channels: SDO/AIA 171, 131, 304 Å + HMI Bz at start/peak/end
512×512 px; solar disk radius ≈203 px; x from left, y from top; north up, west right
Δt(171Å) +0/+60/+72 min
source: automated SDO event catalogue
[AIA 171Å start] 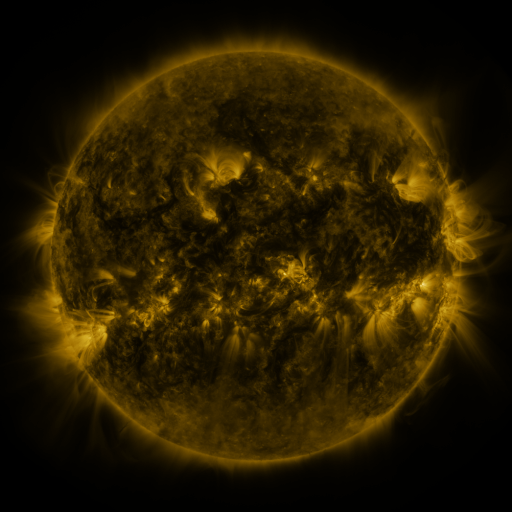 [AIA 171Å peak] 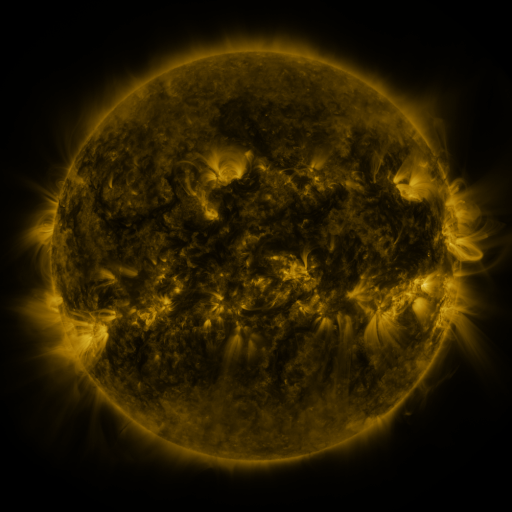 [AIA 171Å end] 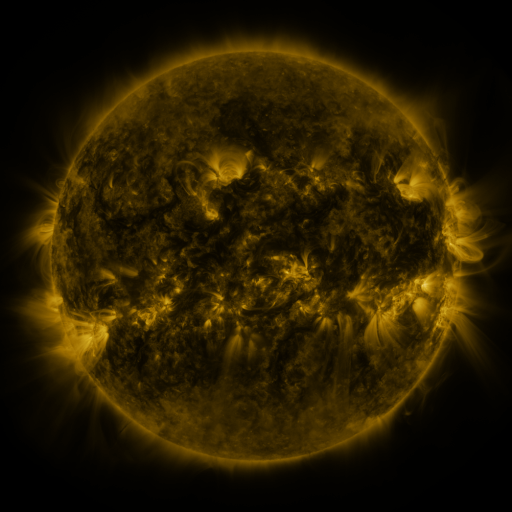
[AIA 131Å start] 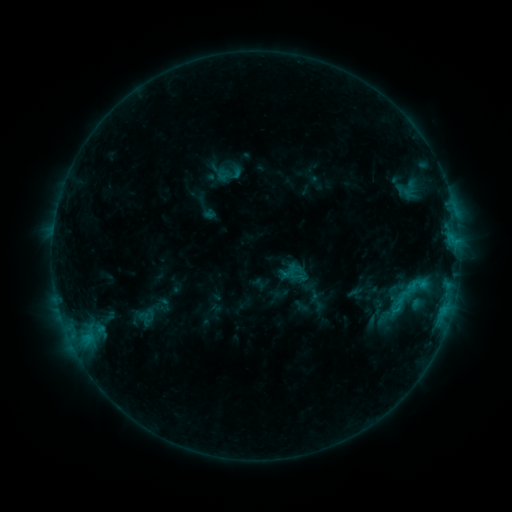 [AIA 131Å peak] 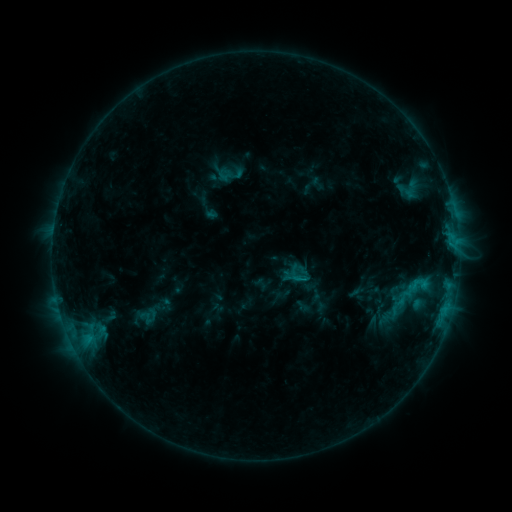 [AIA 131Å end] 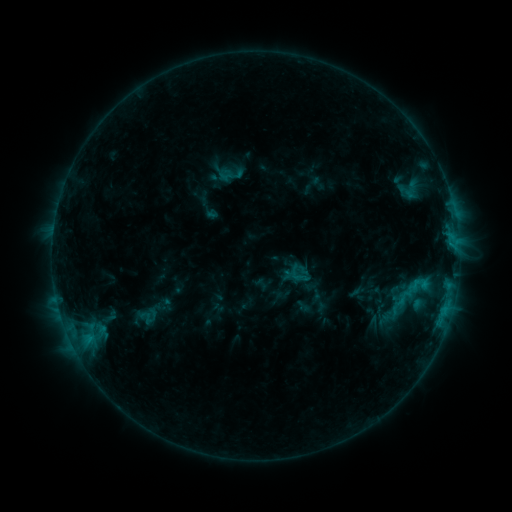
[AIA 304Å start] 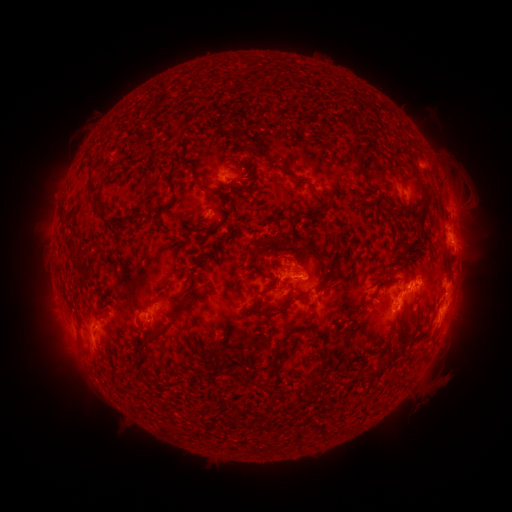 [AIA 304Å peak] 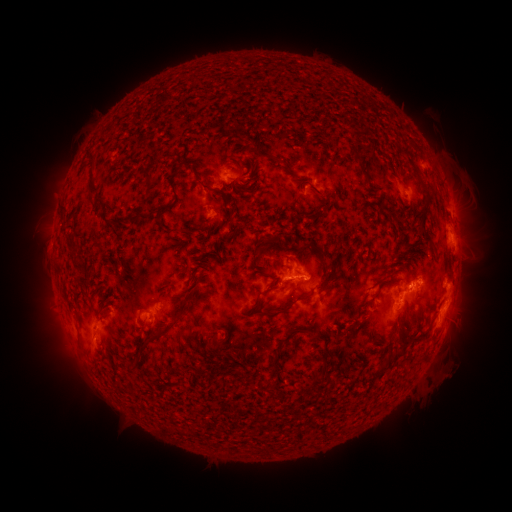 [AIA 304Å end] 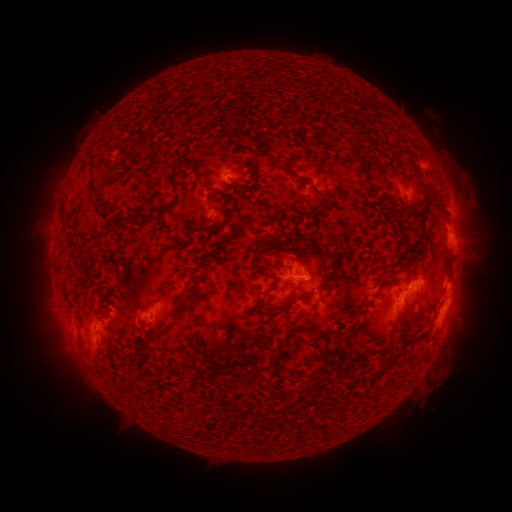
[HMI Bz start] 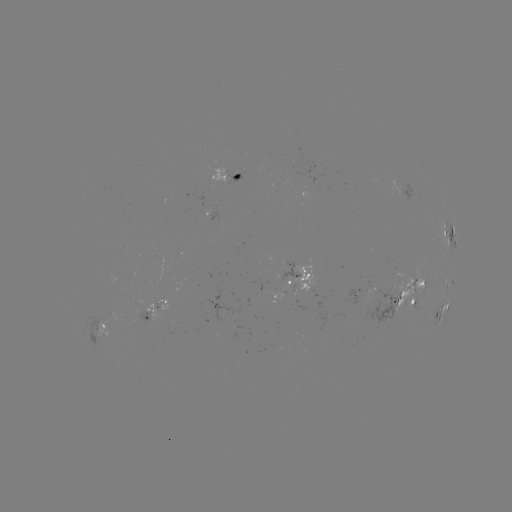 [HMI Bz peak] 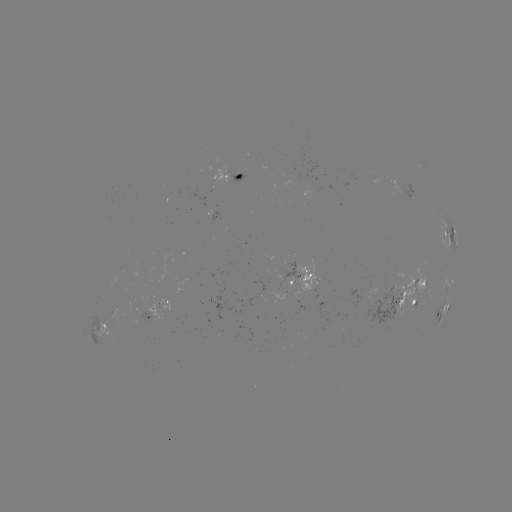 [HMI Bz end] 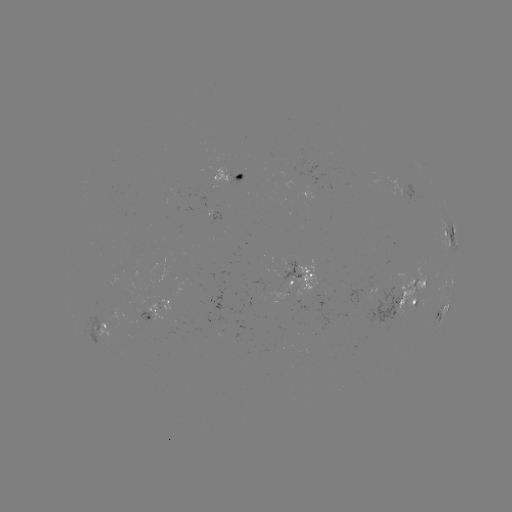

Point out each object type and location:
emerging-flux region: (400, 188)
